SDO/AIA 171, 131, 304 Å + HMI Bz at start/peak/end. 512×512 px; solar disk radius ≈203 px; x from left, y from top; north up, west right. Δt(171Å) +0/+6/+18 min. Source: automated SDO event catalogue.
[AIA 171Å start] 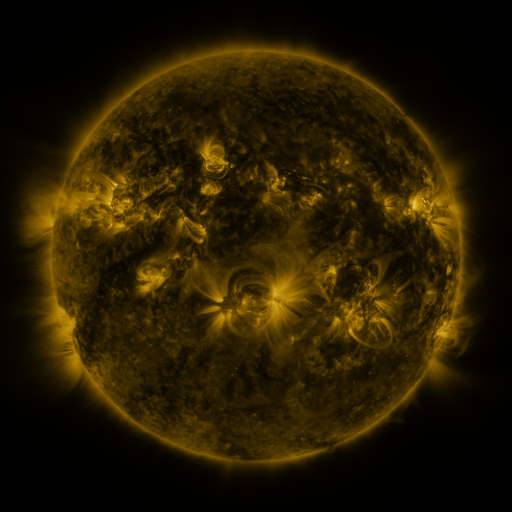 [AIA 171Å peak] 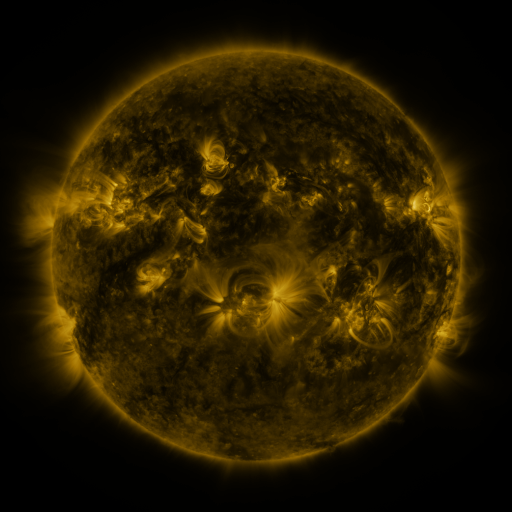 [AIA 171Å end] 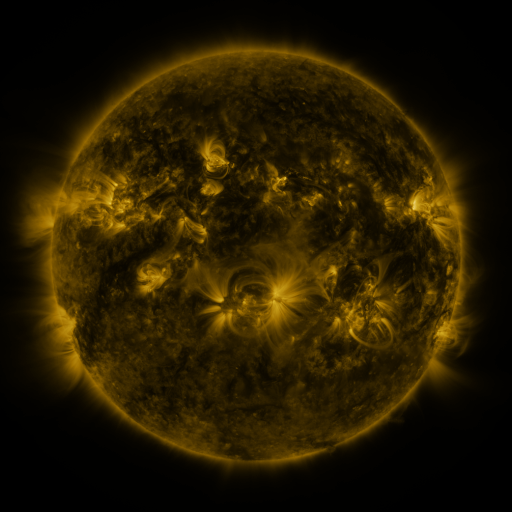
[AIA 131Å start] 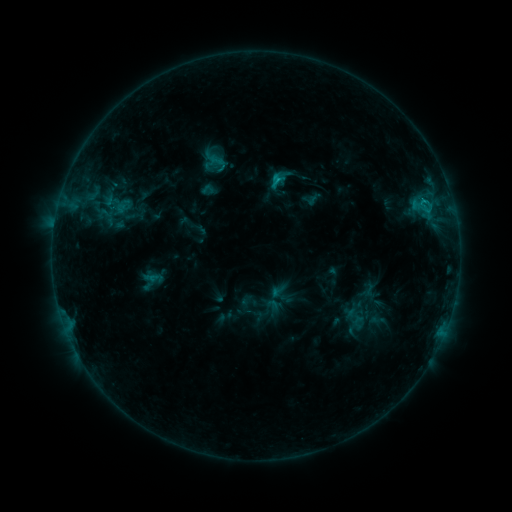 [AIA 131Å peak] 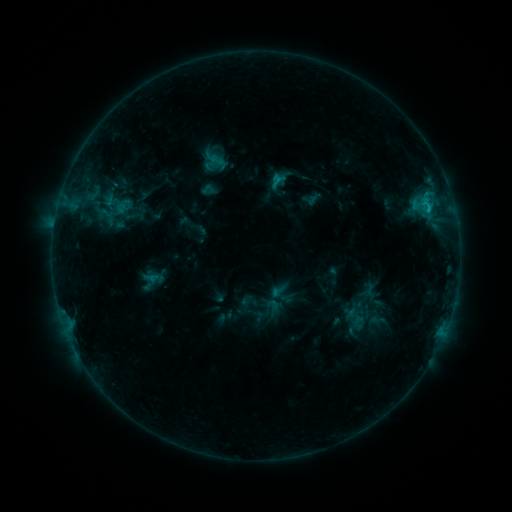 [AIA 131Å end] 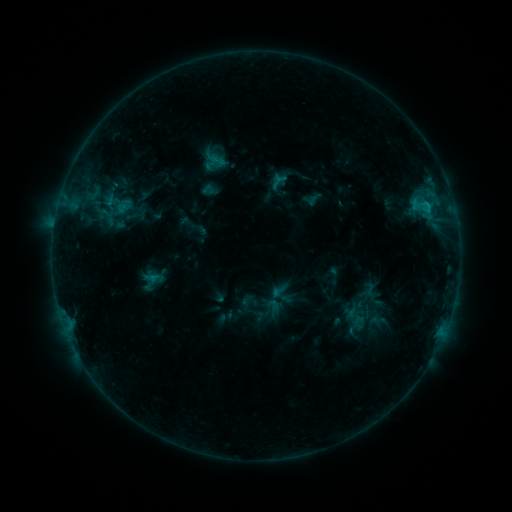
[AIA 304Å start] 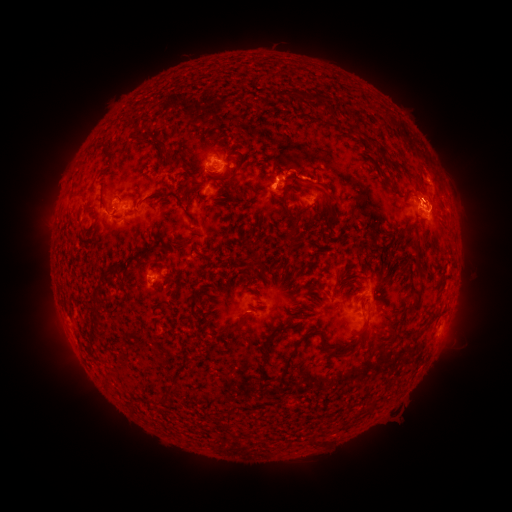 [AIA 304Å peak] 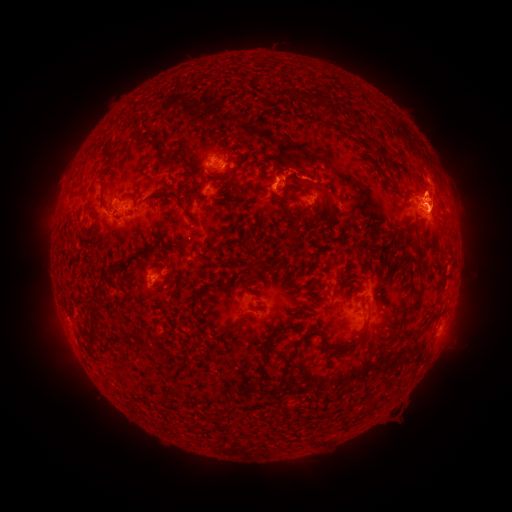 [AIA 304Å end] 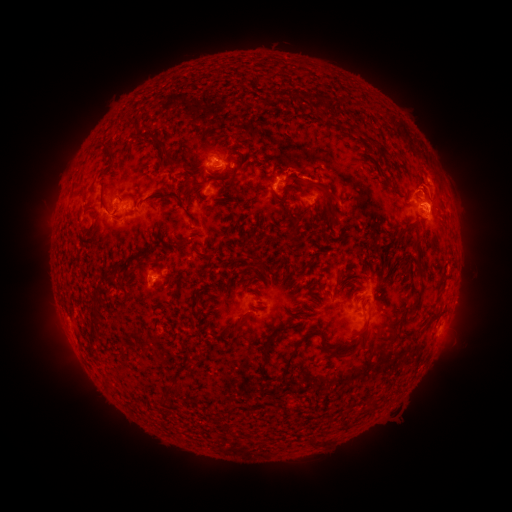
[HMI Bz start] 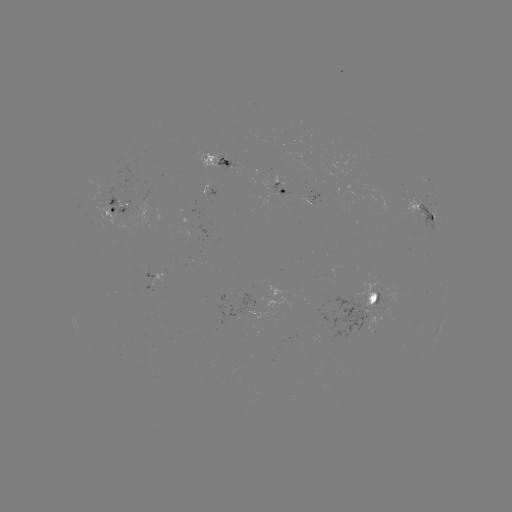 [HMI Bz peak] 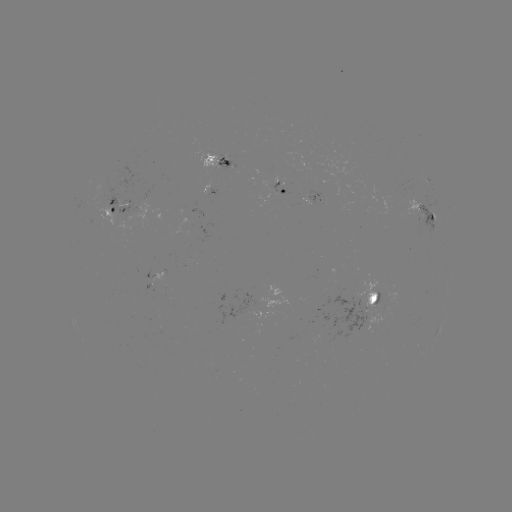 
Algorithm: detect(eruption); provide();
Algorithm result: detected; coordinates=(436, 194)